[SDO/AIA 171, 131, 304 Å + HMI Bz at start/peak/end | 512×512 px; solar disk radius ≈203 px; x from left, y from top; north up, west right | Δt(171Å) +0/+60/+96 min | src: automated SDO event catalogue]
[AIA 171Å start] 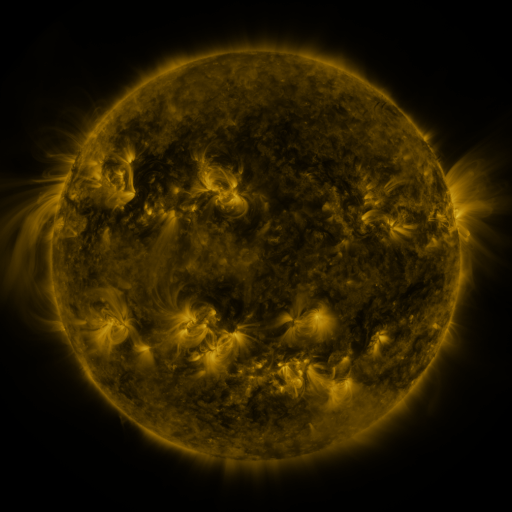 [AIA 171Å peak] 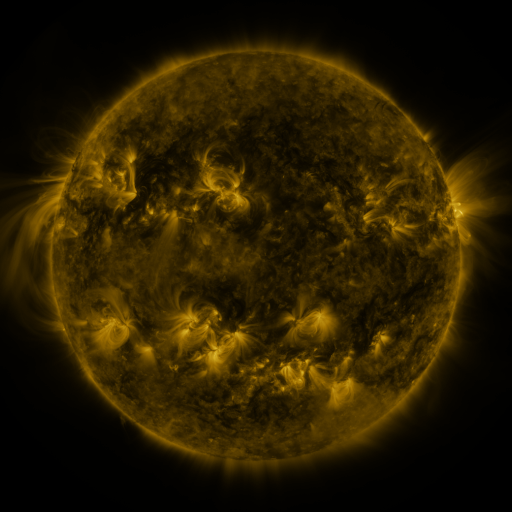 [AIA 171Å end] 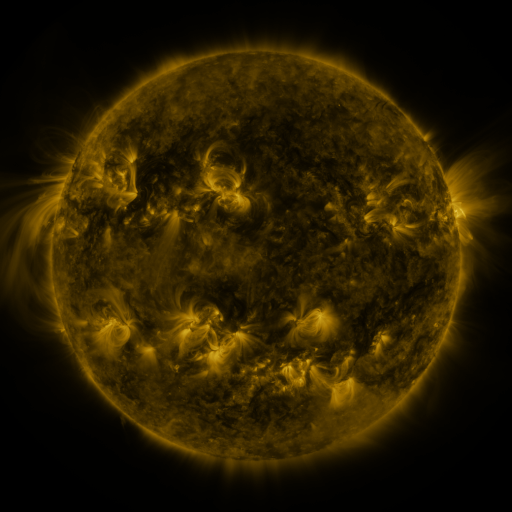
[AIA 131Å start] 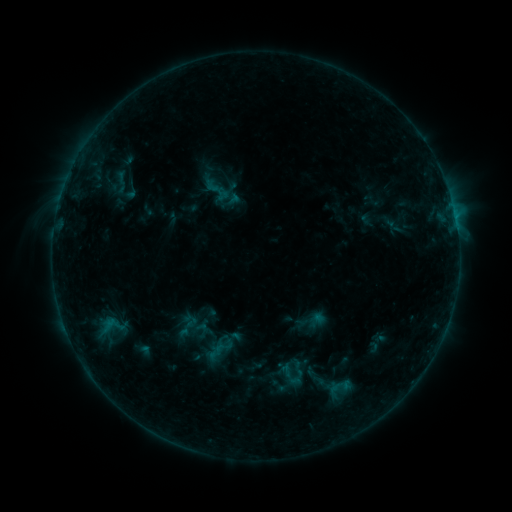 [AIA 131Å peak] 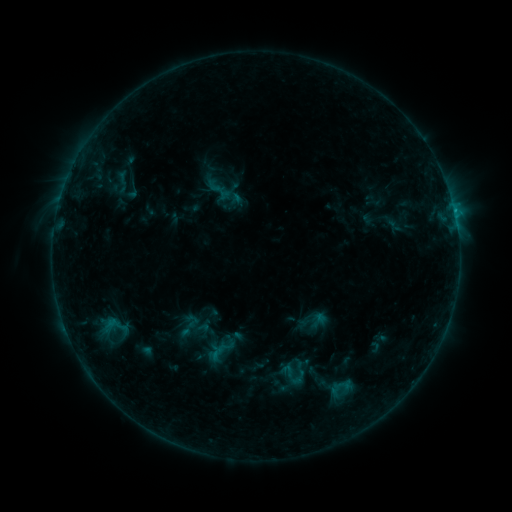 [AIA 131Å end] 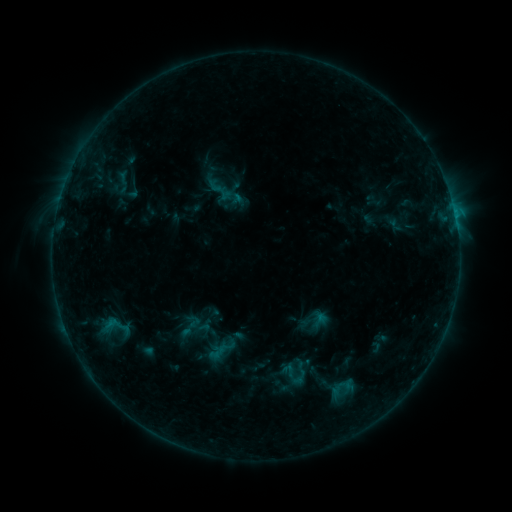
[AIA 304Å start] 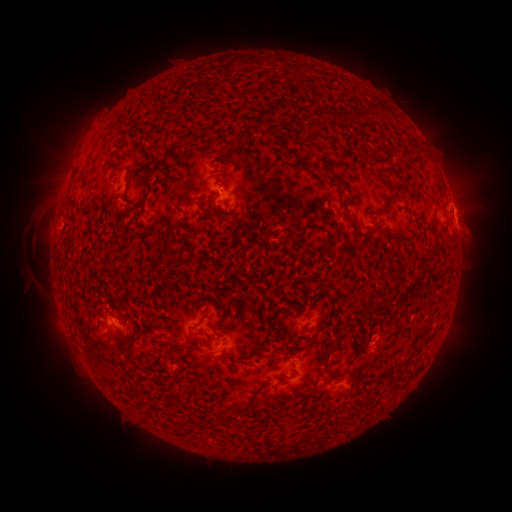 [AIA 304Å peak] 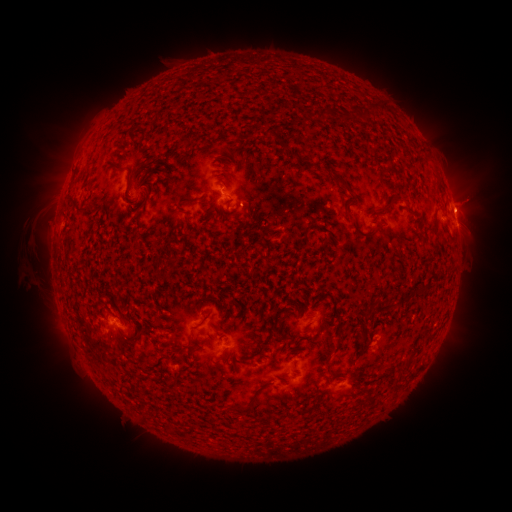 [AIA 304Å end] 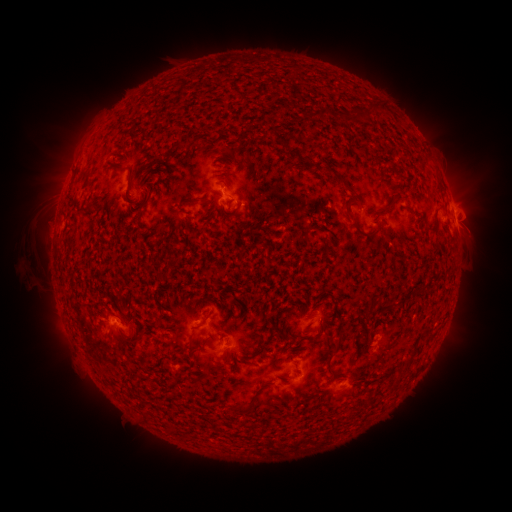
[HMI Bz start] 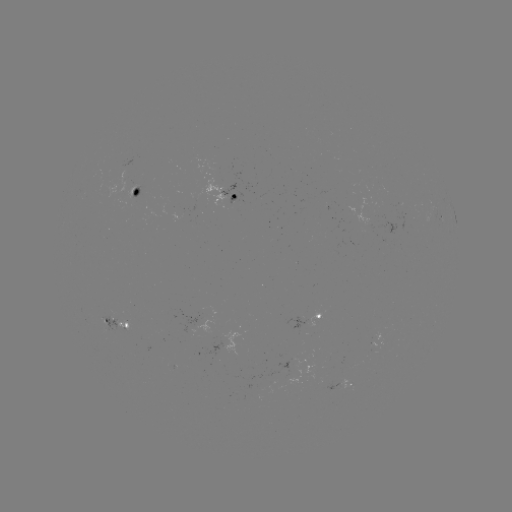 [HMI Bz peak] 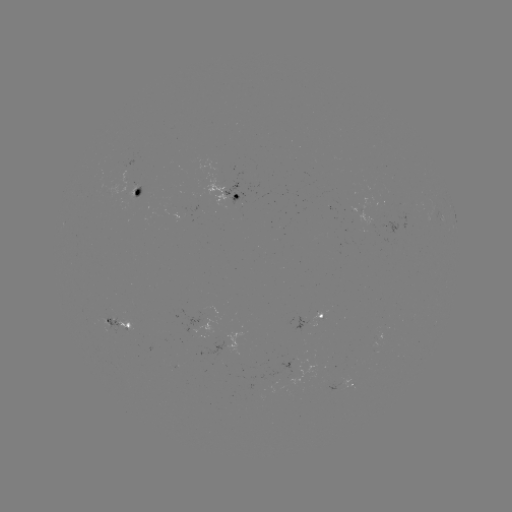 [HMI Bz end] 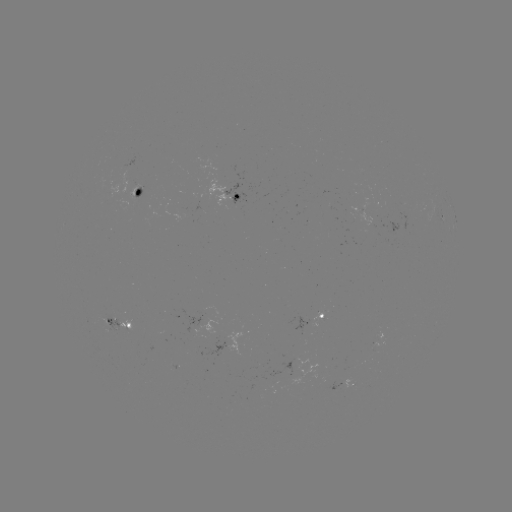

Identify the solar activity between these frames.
emerging-flux region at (349, 367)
